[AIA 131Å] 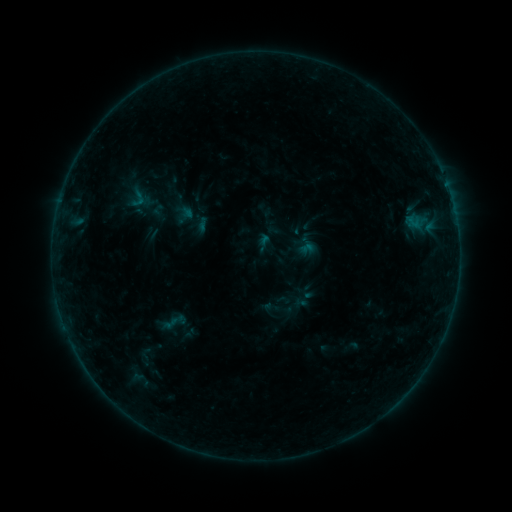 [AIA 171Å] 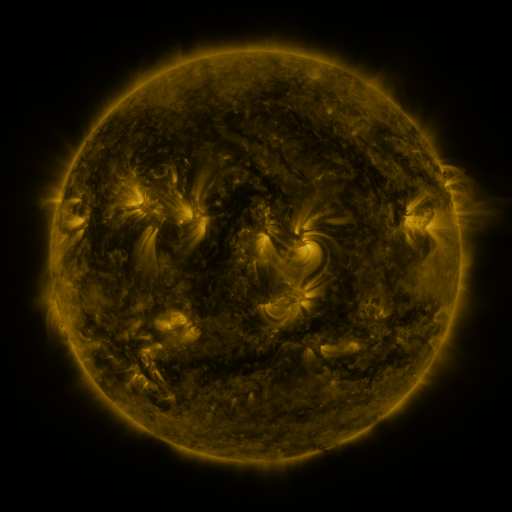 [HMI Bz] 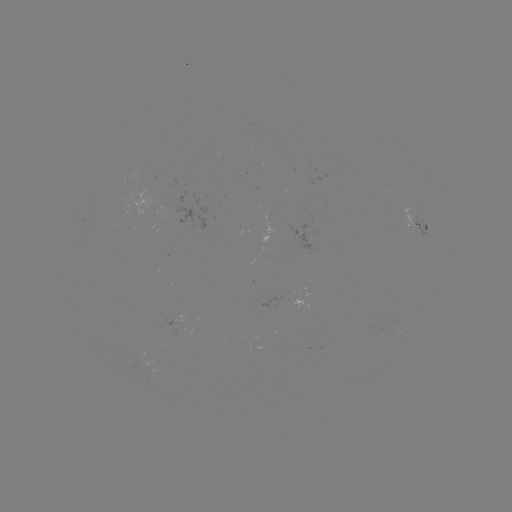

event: sigmoid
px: (138, 198)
